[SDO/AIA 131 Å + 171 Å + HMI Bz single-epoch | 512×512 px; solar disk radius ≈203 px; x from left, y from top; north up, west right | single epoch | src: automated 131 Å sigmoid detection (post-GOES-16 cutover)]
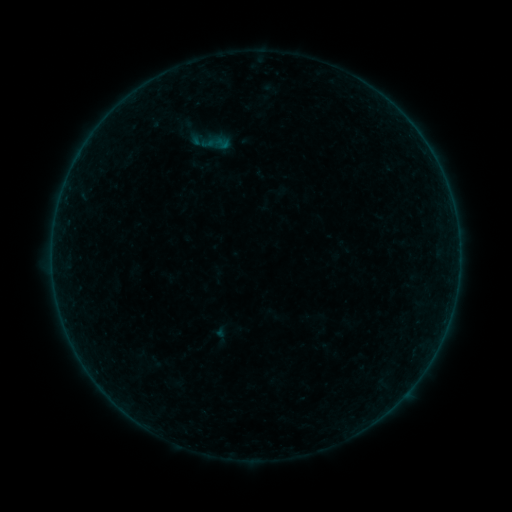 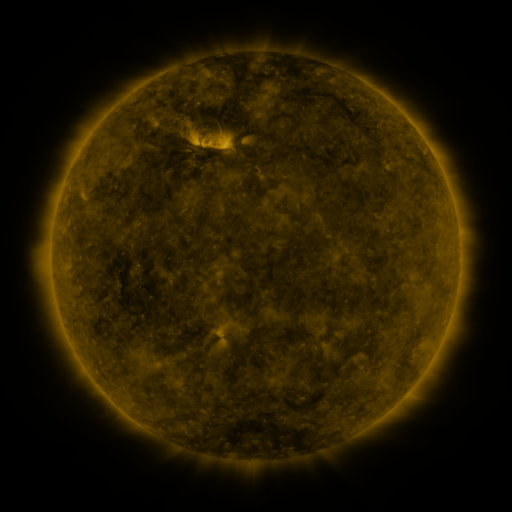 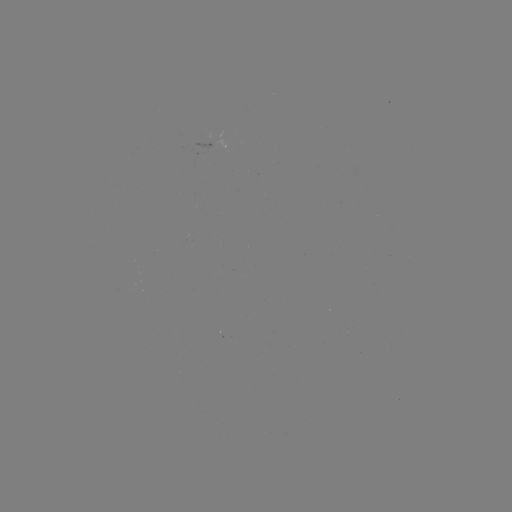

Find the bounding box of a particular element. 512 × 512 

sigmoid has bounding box [214, 135, 231, 151].